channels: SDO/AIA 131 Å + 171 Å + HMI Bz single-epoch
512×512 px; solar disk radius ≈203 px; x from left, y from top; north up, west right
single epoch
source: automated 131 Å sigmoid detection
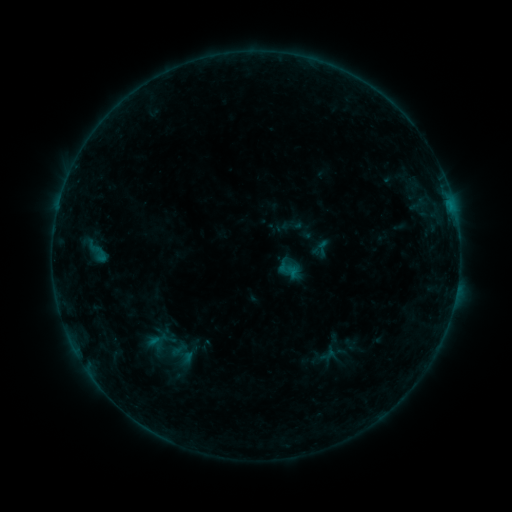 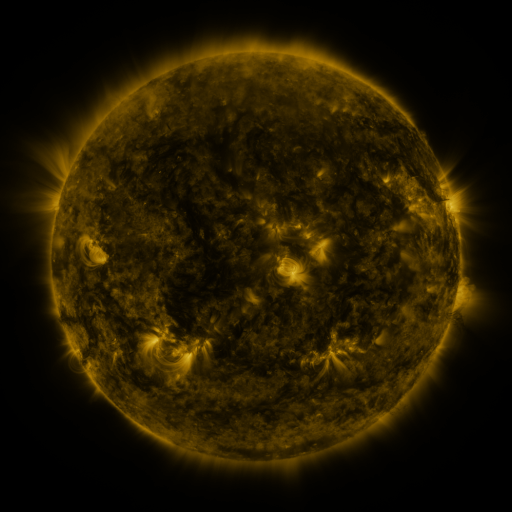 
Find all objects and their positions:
sigmoid: (322, 248)
sigmoid: (96, 251)
